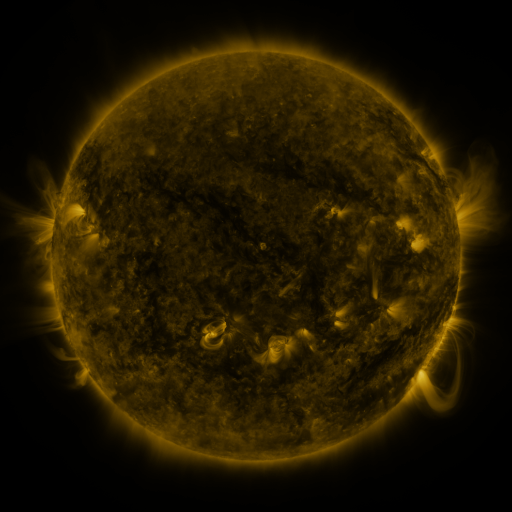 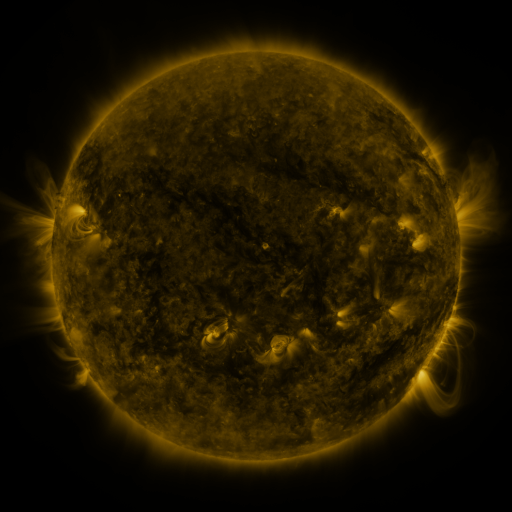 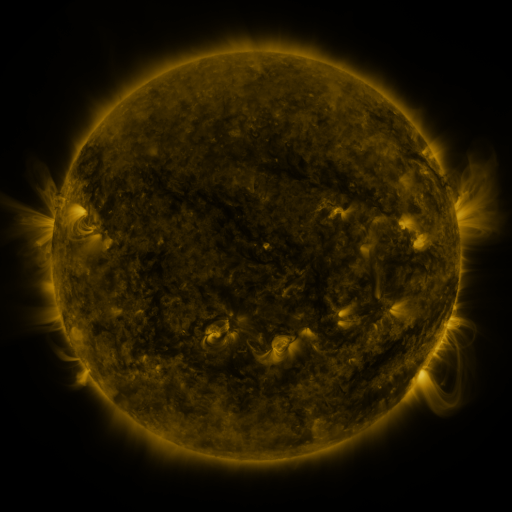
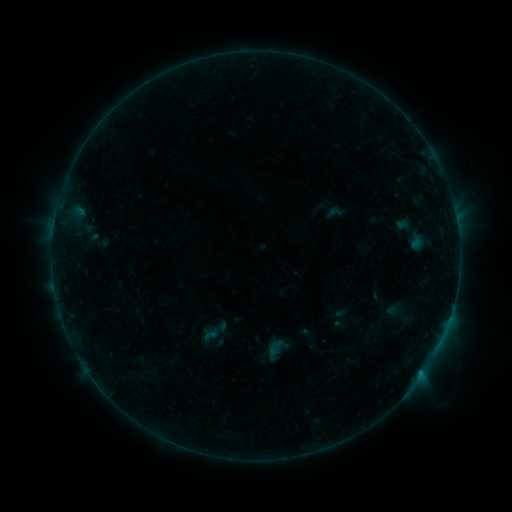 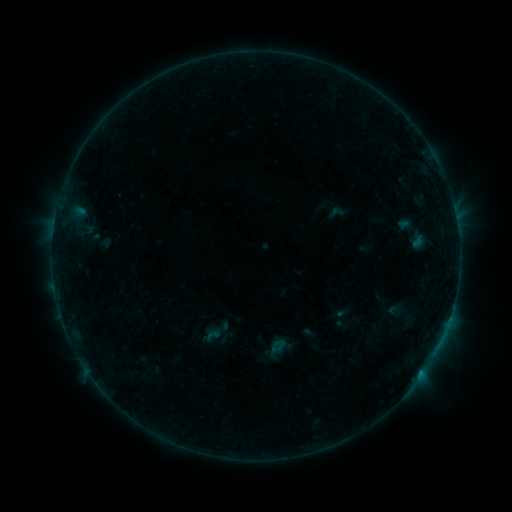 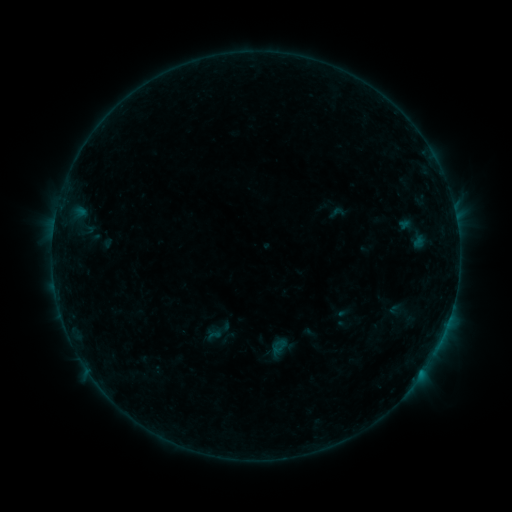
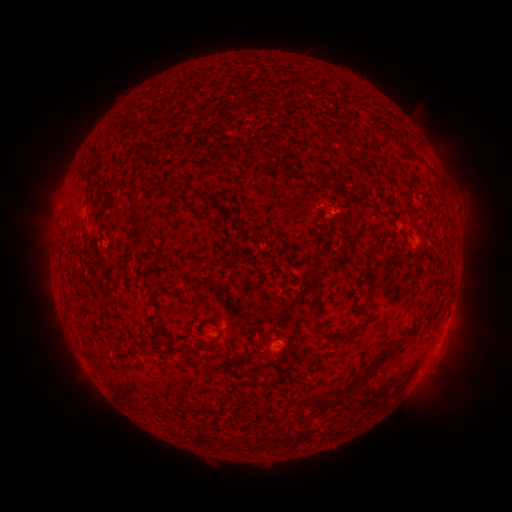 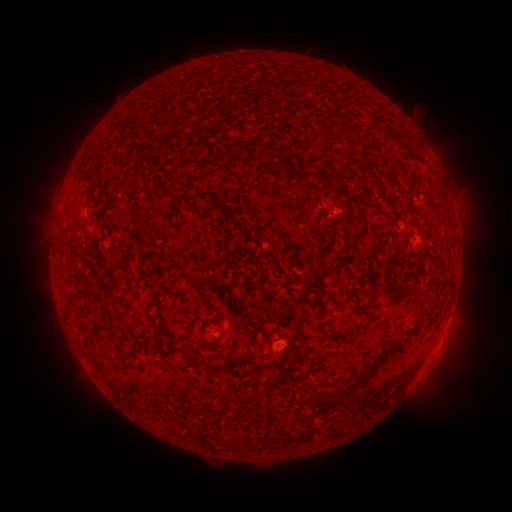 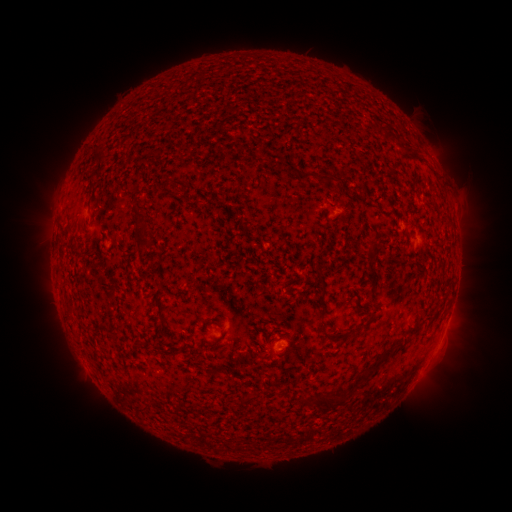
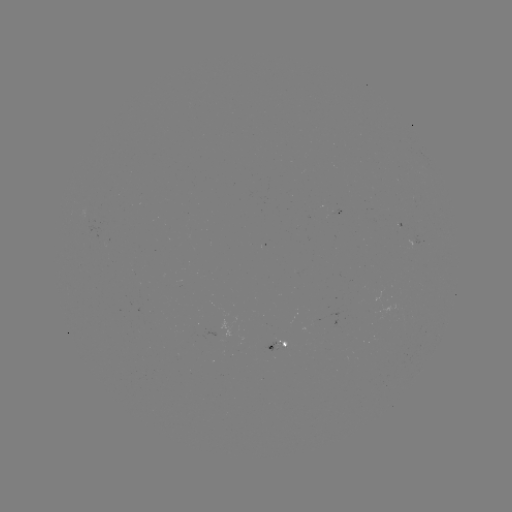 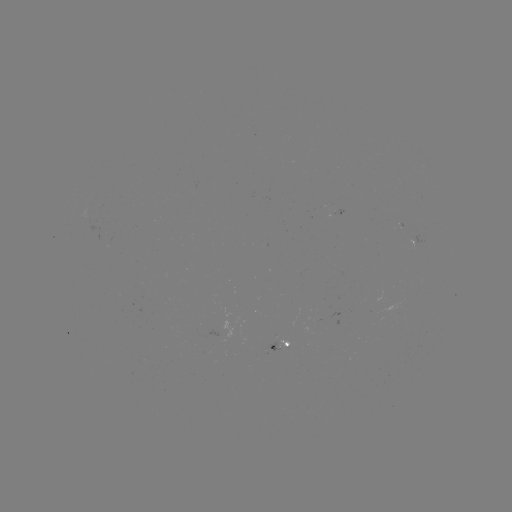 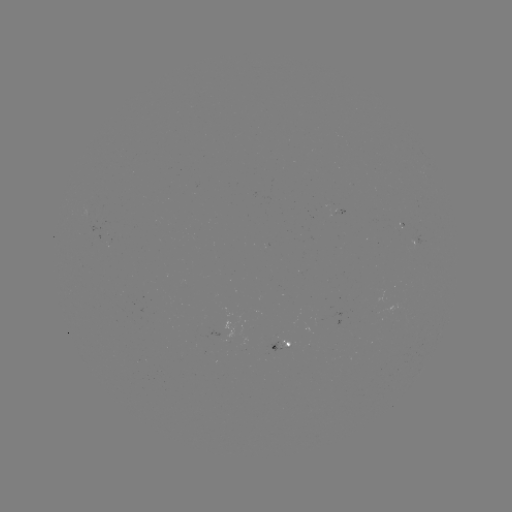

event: emerging-flux region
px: (218, 335)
